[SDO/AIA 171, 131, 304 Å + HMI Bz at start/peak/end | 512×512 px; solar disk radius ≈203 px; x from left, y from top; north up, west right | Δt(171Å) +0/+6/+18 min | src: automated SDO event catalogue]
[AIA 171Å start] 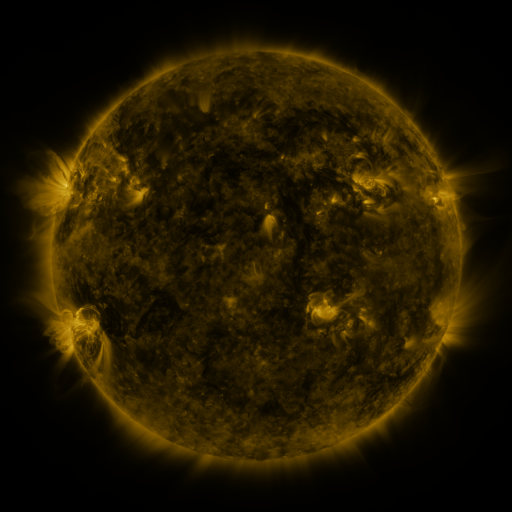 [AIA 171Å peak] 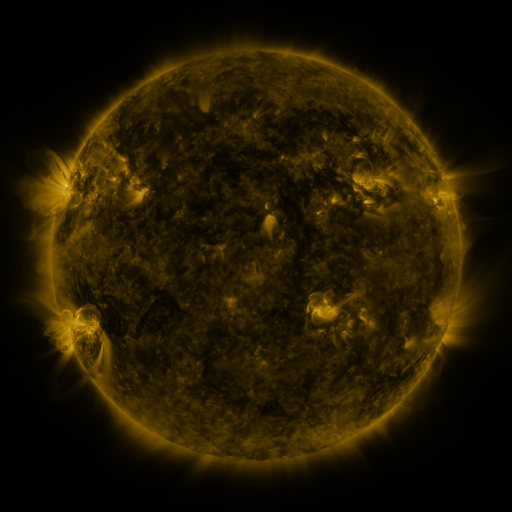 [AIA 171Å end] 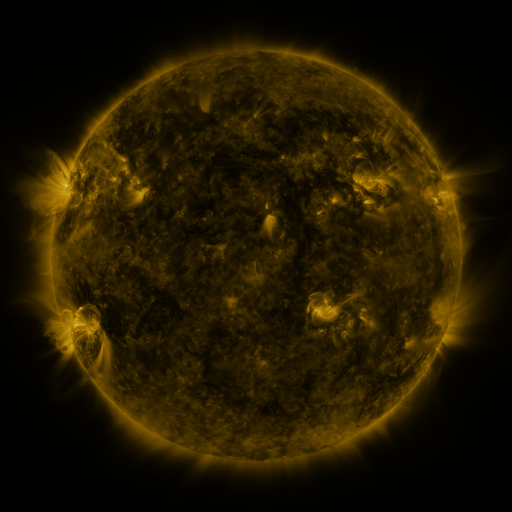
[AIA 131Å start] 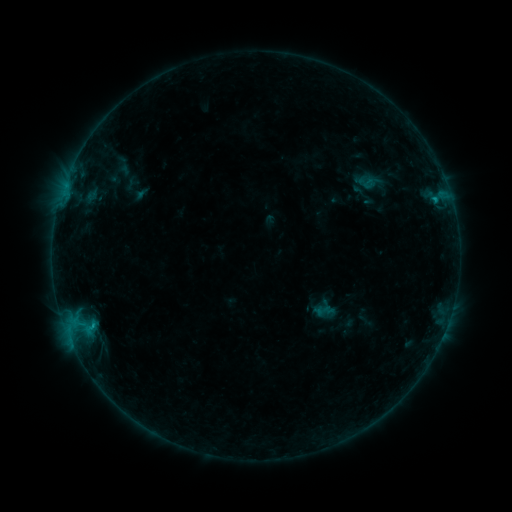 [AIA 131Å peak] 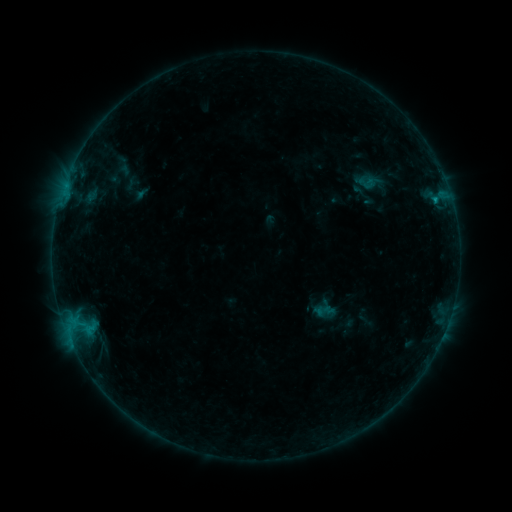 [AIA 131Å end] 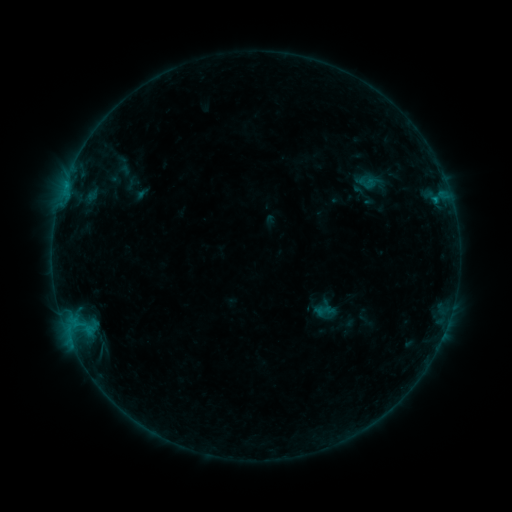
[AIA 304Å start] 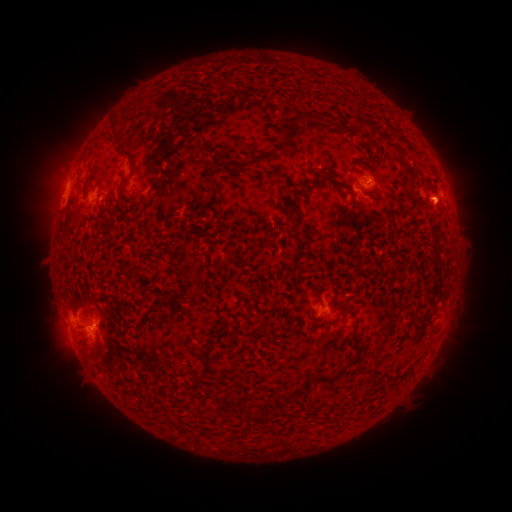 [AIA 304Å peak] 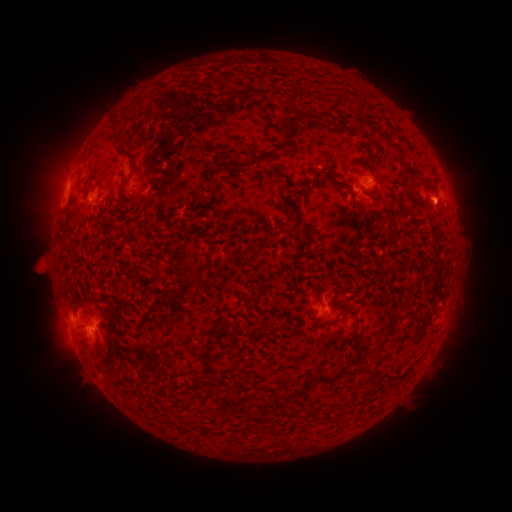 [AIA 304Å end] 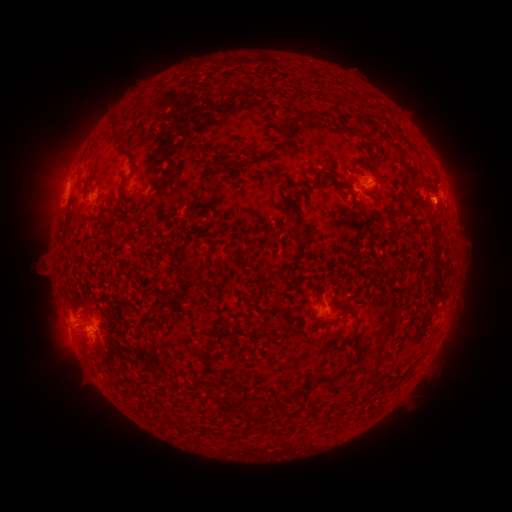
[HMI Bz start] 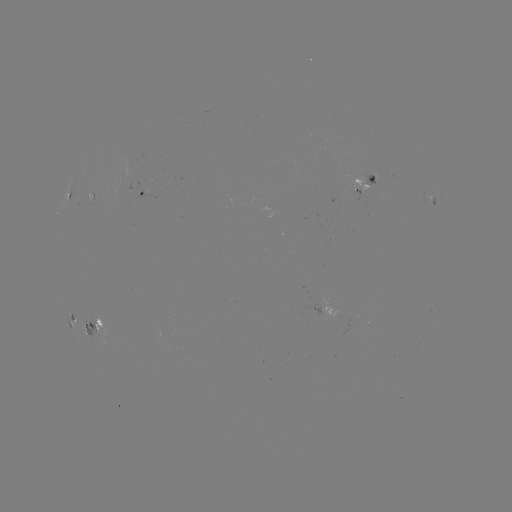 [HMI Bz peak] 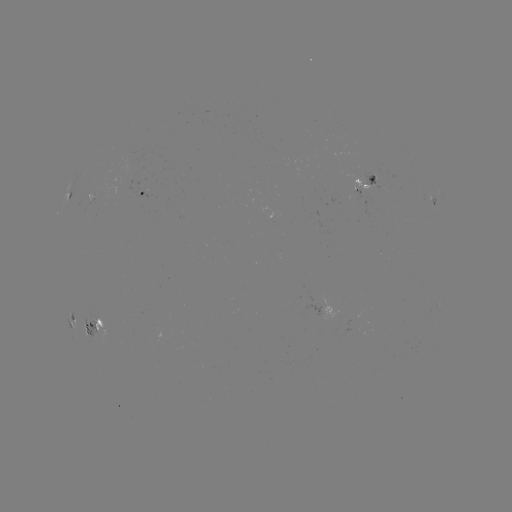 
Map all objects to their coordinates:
eruption: (39, 266)
